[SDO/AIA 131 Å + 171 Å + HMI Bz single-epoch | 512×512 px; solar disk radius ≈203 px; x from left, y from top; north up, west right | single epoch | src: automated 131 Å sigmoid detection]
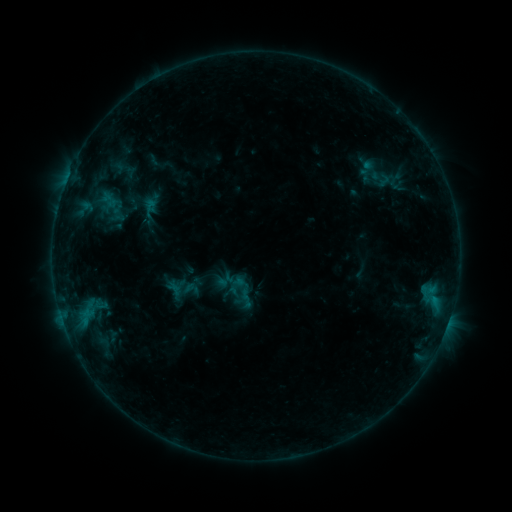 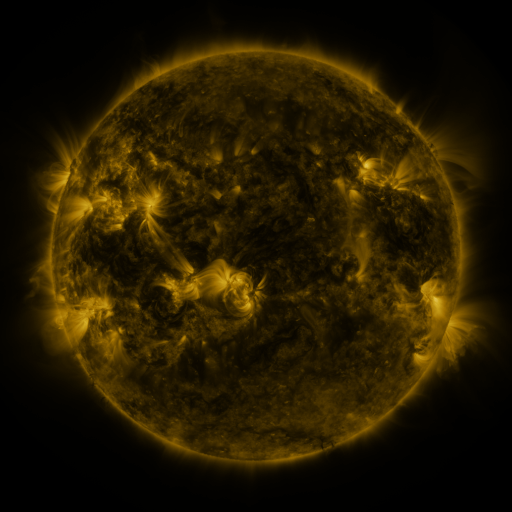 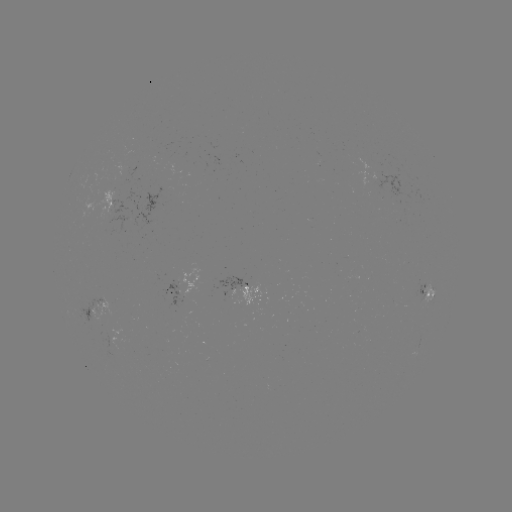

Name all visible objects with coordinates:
sigmoid: <bbox>179, 279, 203, 299</bbox>
